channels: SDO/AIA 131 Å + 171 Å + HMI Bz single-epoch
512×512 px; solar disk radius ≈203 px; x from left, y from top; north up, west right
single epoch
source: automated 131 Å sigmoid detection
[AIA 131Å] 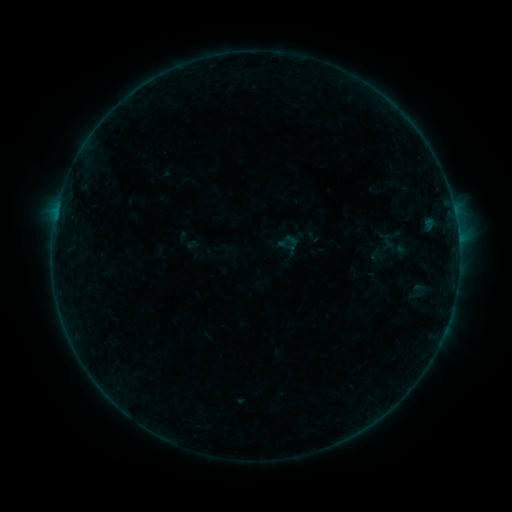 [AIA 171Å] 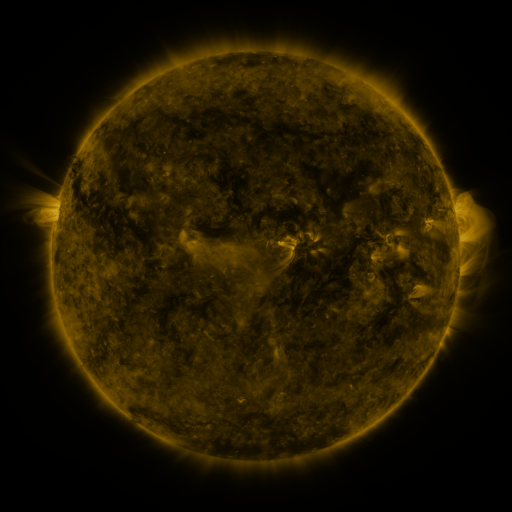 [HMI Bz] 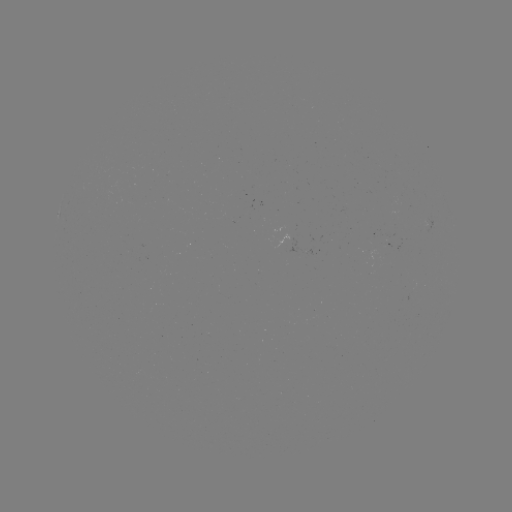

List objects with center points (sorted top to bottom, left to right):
sigmoid: [276, 231, 301, 255]
